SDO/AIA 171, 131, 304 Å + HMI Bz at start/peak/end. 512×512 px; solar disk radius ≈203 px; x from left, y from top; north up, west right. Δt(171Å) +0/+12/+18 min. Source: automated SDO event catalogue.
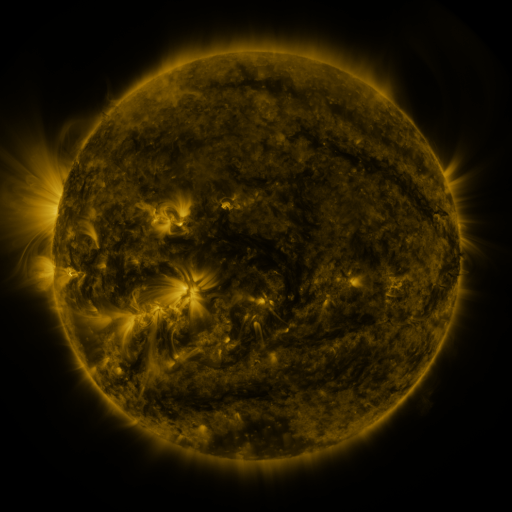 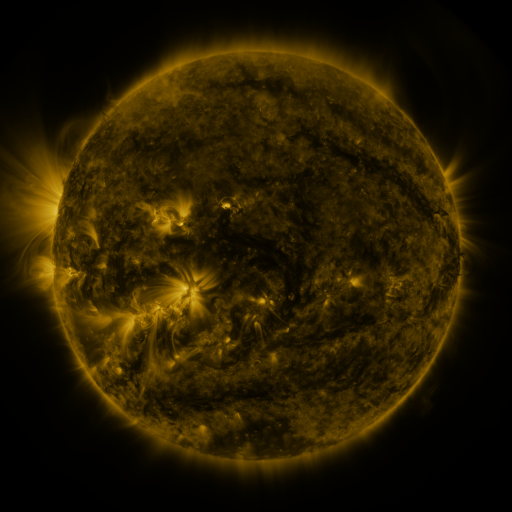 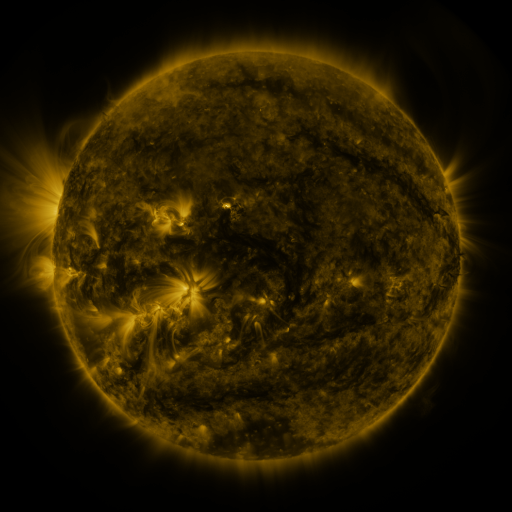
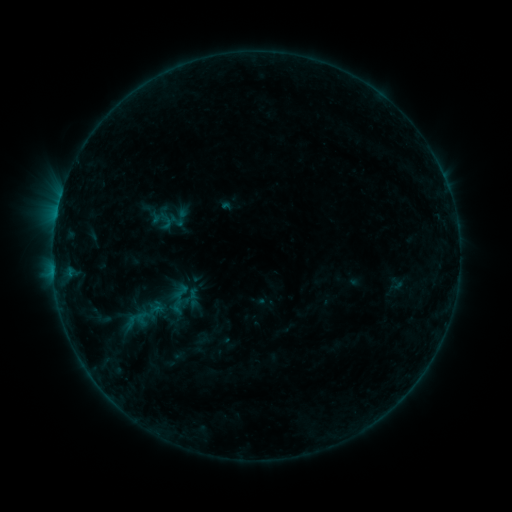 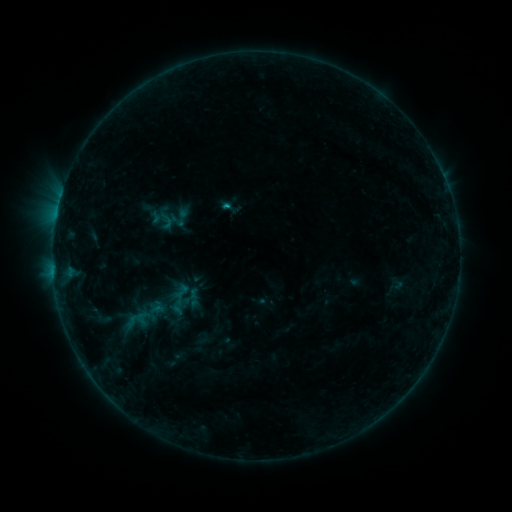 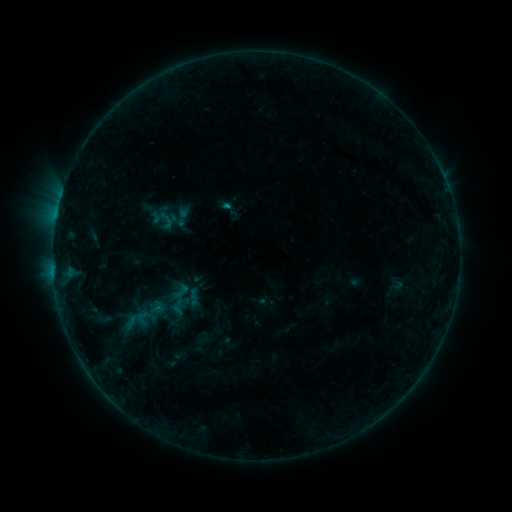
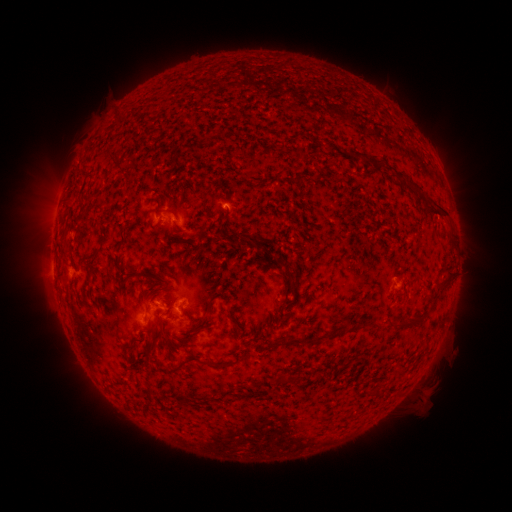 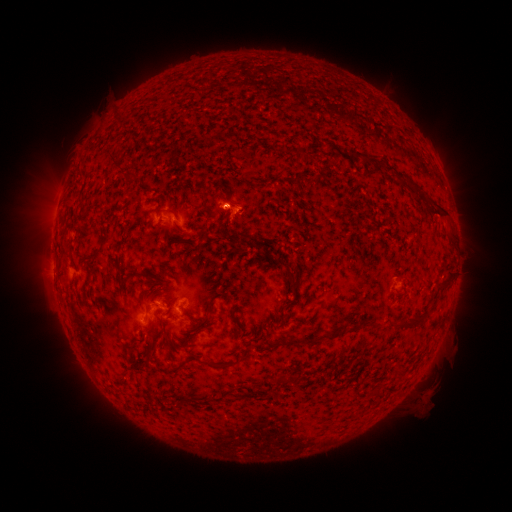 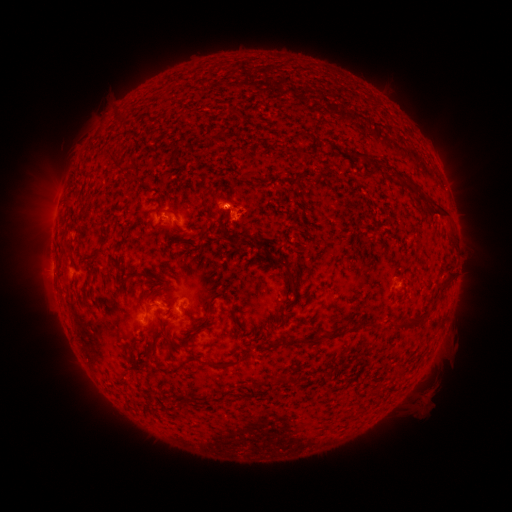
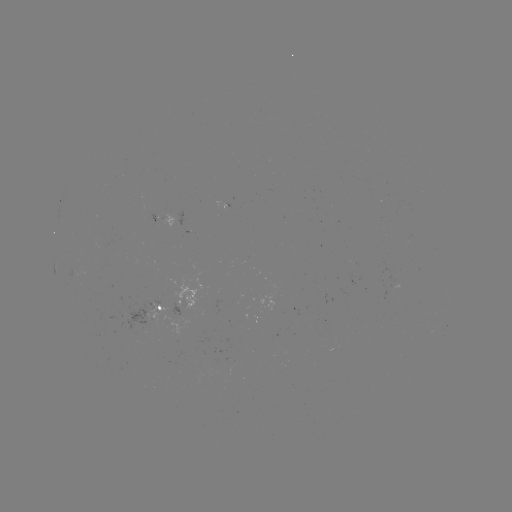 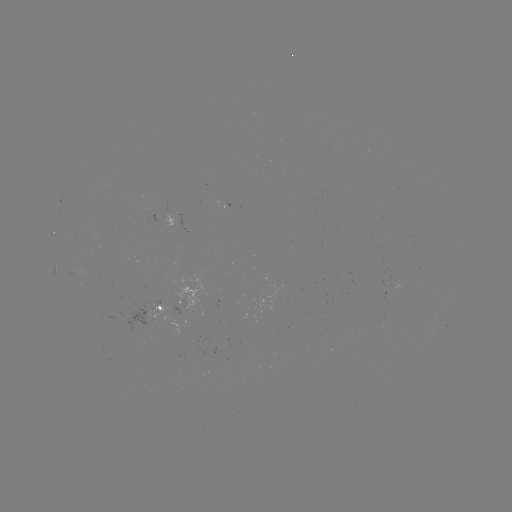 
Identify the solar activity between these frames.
B3.7 flare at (228, 207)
